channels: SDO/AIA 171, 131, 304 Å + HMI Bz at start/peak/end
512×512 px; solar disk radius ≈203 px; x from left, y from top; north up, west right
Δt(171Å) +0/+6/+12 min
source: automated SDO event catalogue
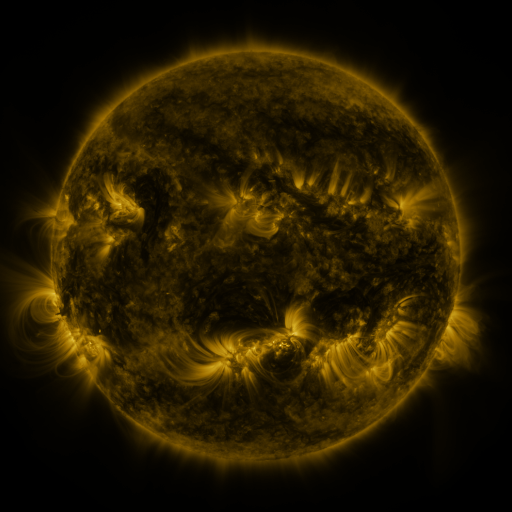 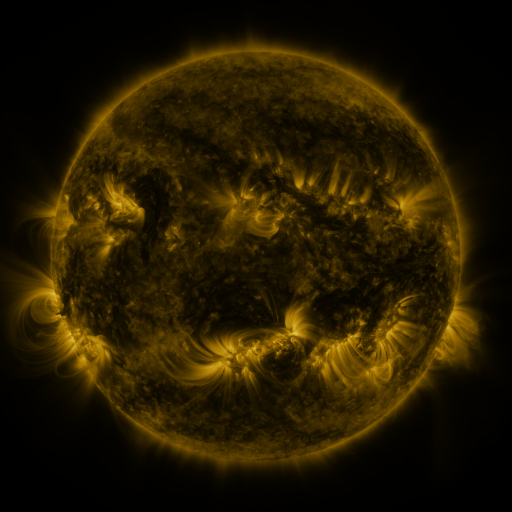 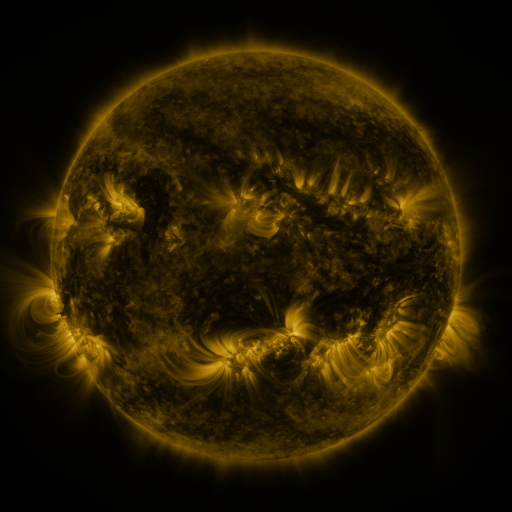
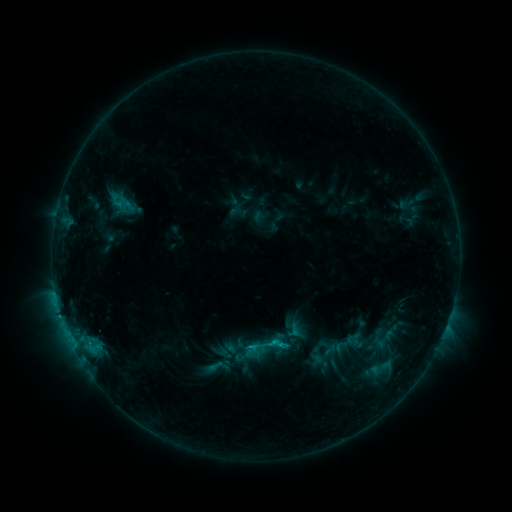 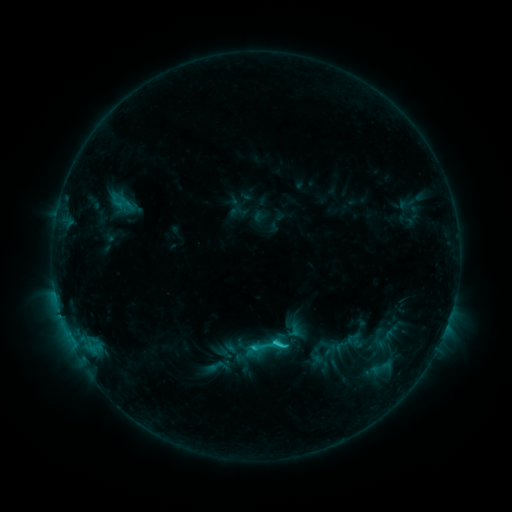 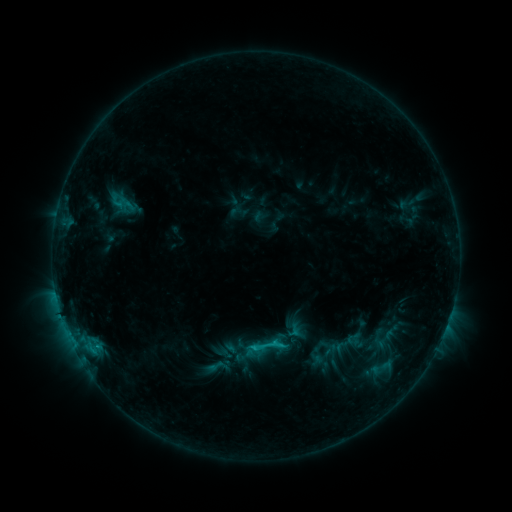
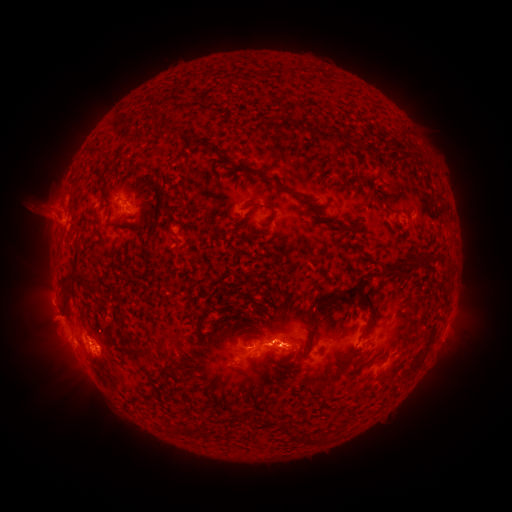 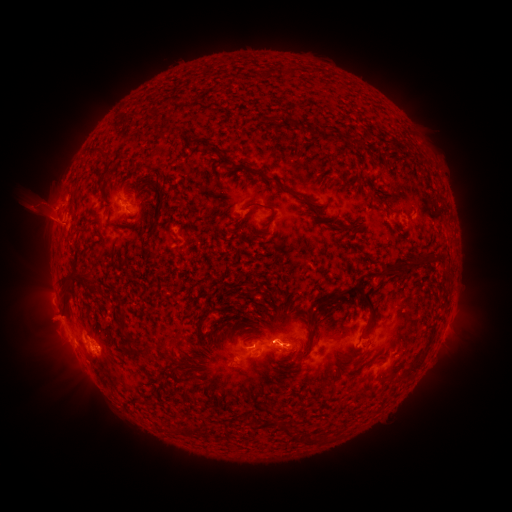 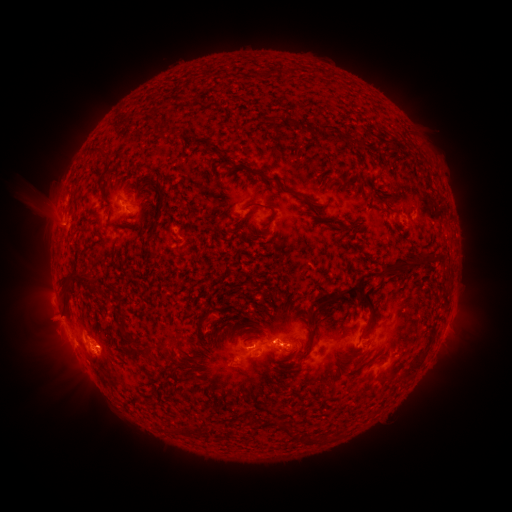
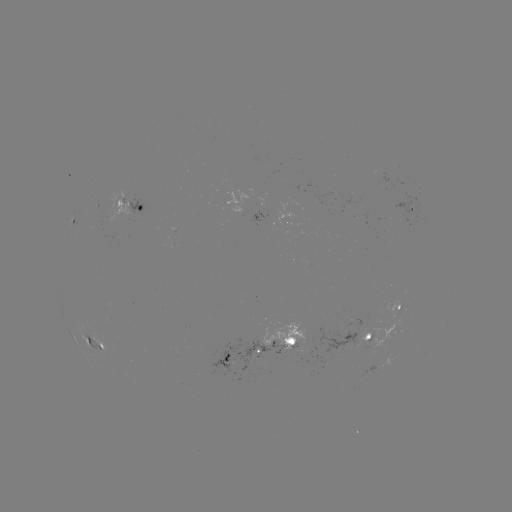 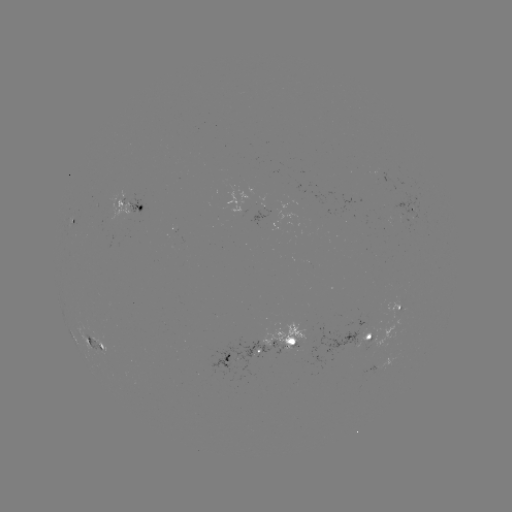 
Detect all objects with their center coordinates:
C1.8 flare: (272, 341)
